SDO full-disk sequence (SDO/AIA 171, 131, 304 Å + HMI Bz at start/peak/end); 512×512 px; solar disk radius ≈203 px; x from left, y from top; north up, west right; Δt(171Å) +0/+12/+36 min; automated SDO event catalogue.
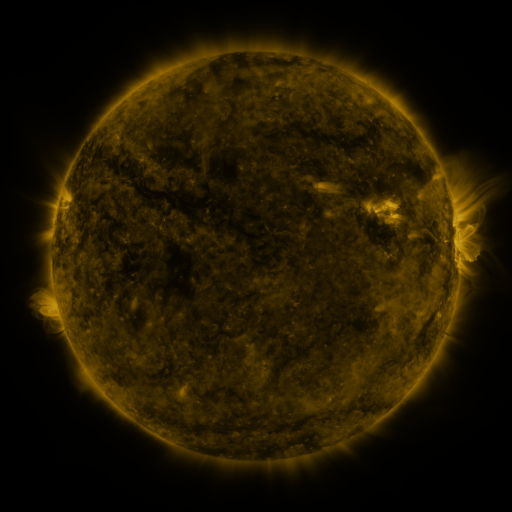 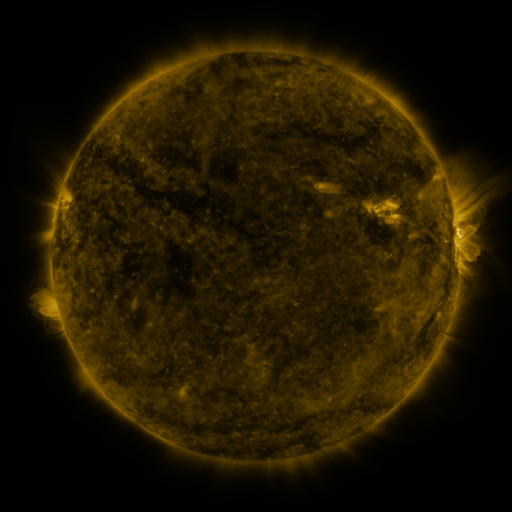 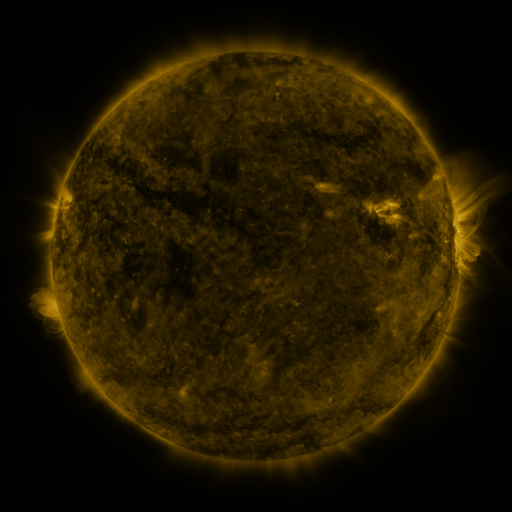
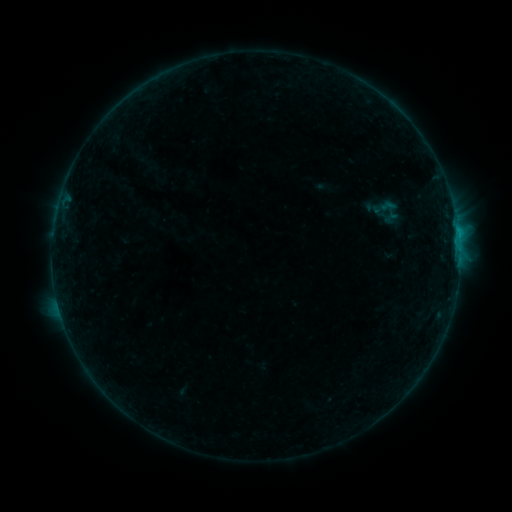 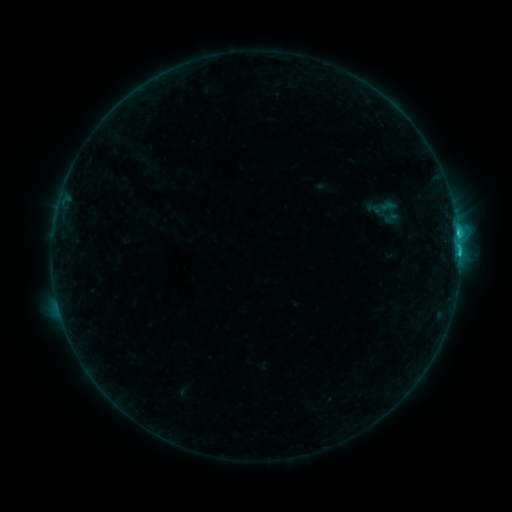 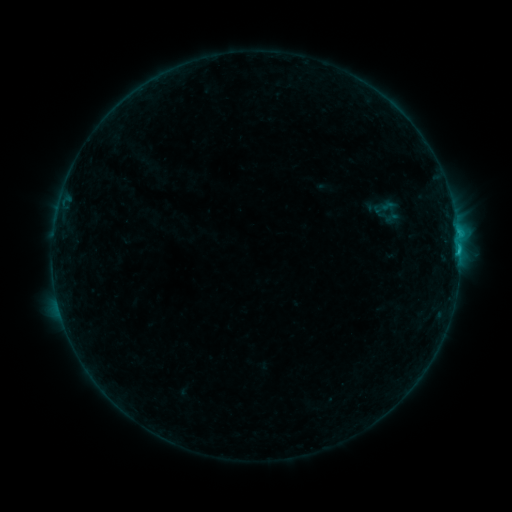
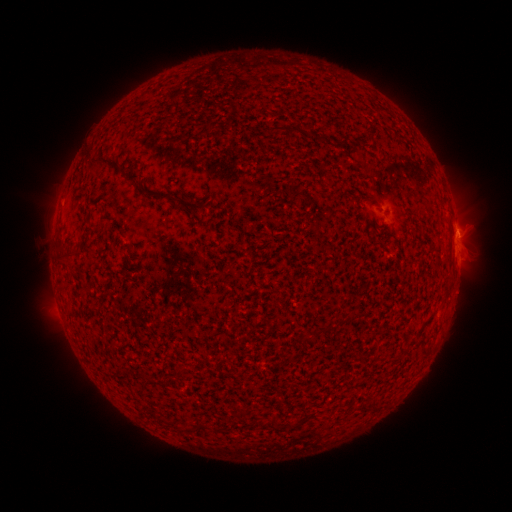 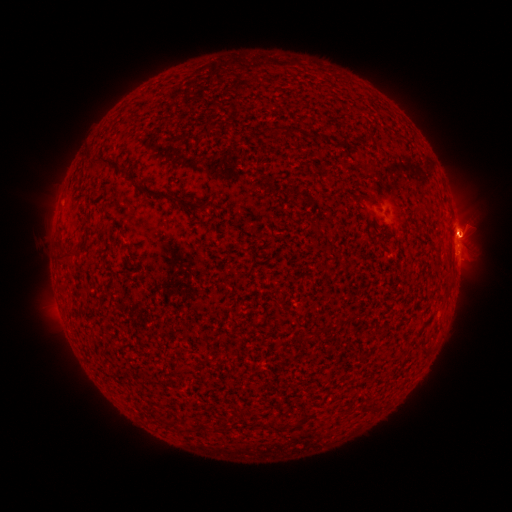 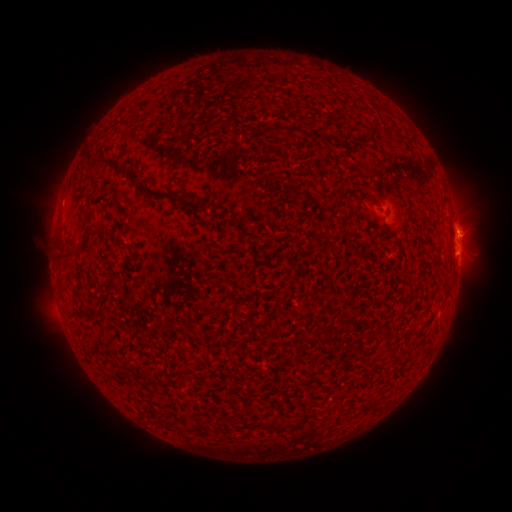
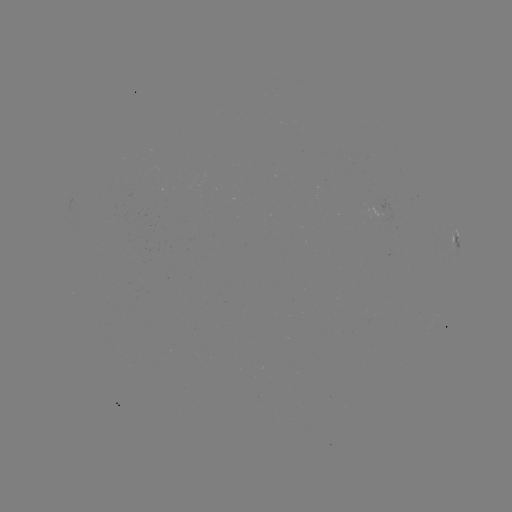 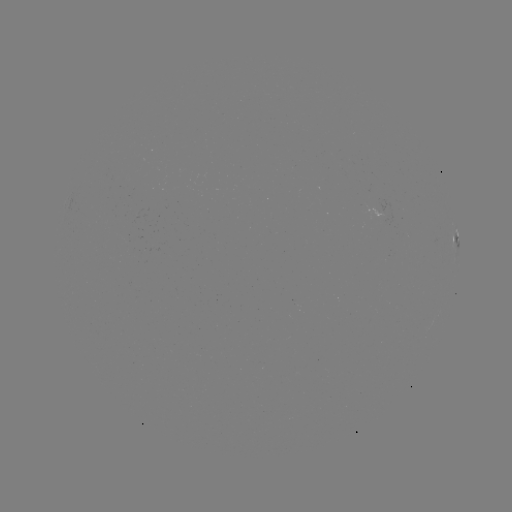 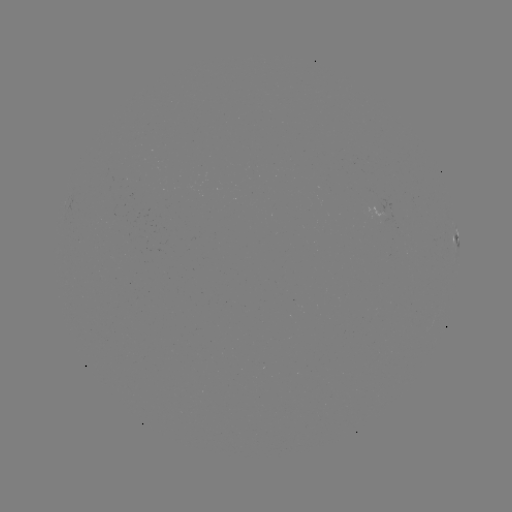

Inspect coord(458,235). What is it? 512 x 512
C1.5 flare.